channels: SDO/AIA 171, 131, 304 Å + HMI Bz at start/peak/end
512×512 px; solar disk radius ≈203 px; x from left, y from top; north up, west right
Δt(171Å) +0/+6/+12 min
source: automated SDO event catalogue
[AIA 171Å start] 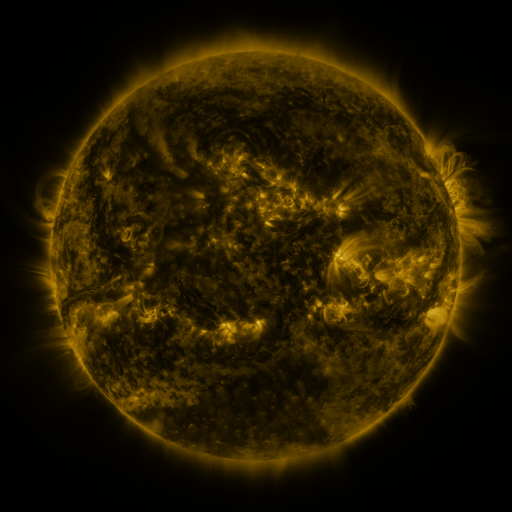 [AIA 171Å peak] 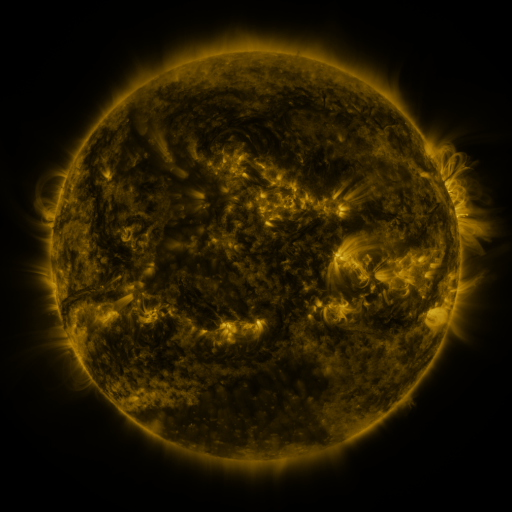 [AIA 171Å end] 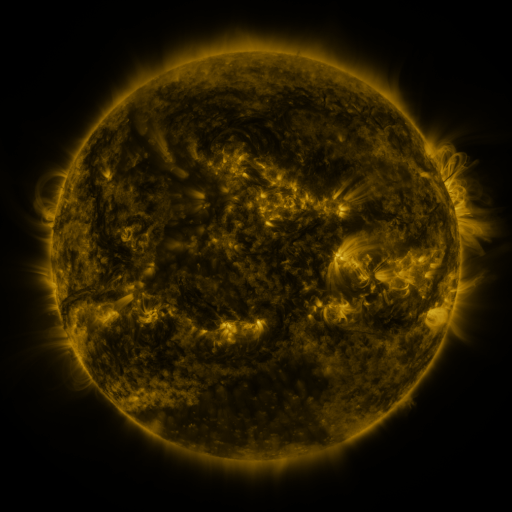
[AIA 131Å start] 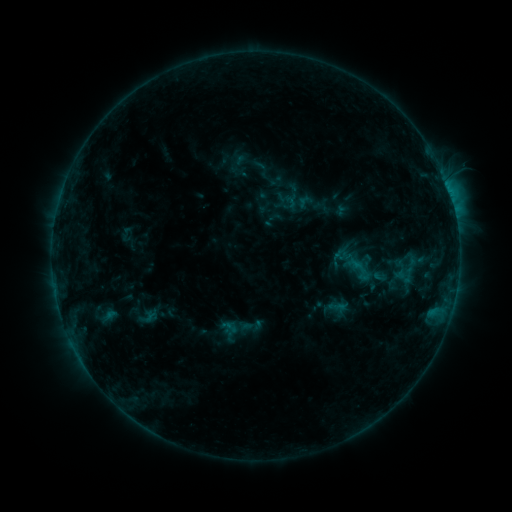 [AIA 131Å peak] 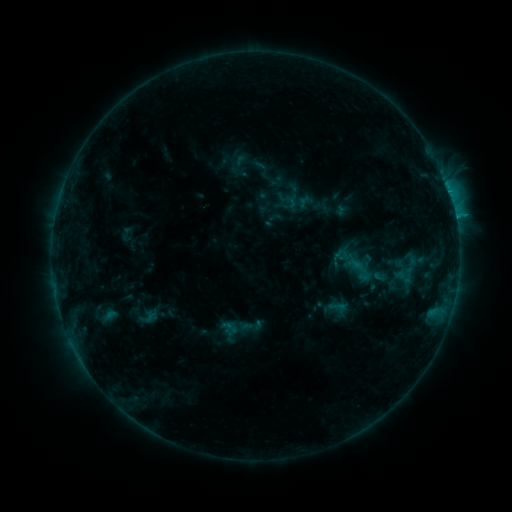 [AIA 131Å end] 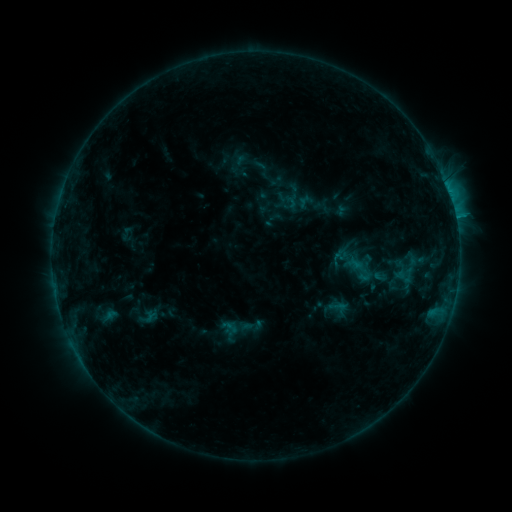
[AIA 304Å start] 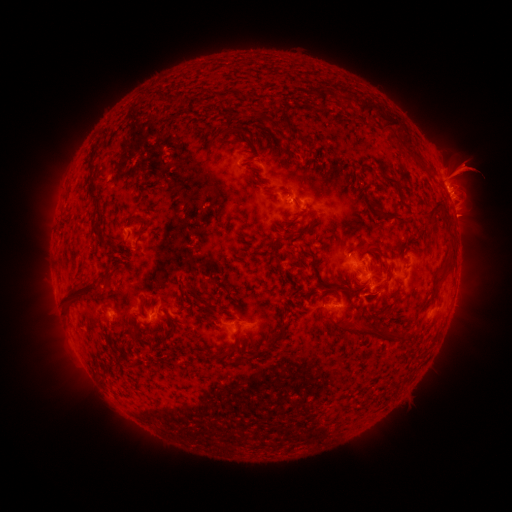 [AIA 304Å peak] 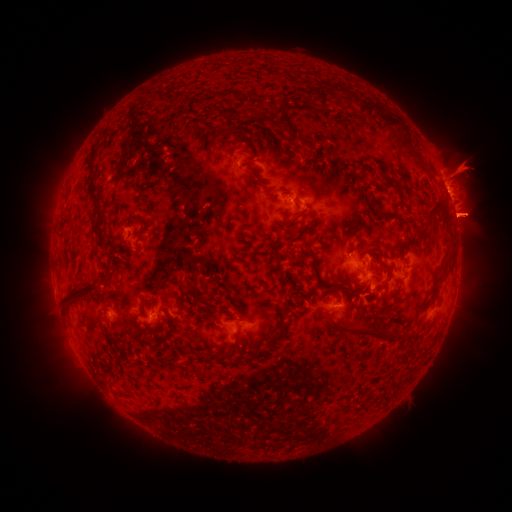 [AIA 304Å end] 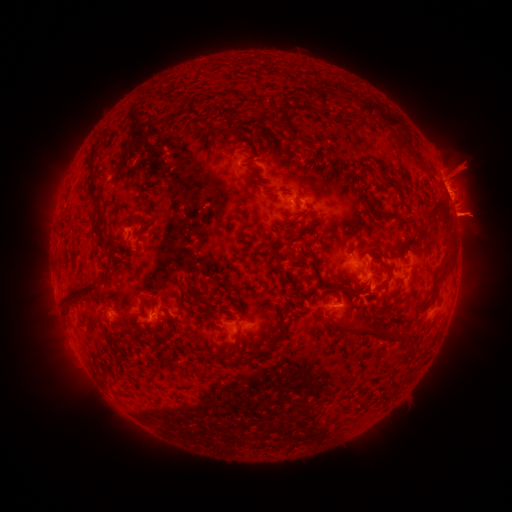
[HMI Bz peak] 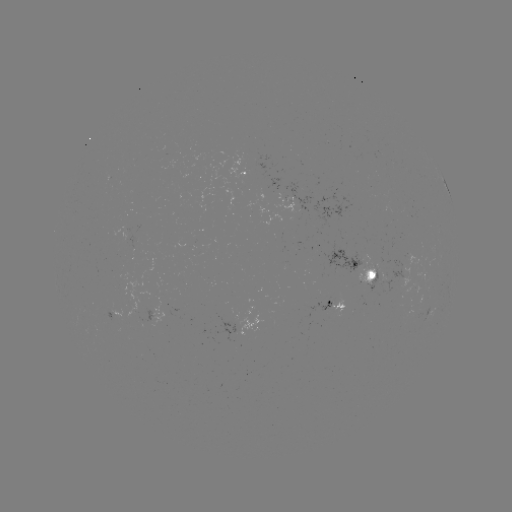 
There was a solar eruption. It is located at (465, 174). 